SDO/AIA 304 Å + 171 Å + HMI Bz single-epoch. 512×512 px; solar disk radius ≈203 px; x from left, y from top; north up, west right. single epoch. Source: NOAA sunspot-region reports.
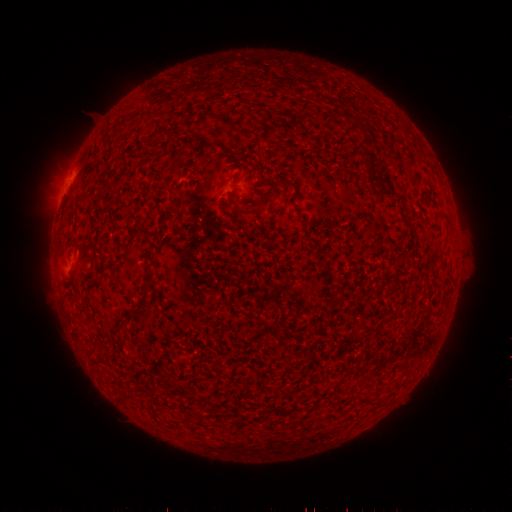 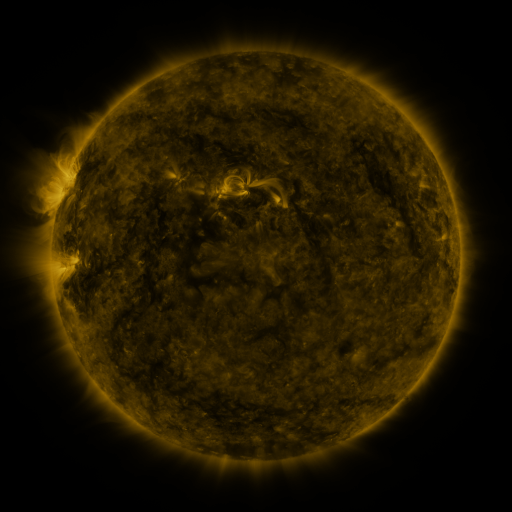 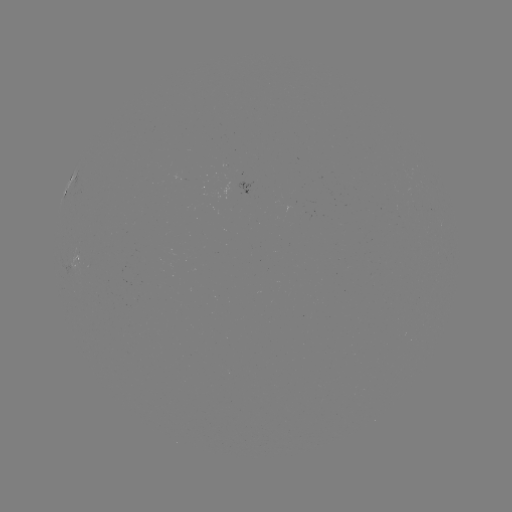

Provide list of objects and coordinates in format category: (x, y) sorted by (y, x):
spotted active region: (252, 192)
spotted active region: (78, 254)
